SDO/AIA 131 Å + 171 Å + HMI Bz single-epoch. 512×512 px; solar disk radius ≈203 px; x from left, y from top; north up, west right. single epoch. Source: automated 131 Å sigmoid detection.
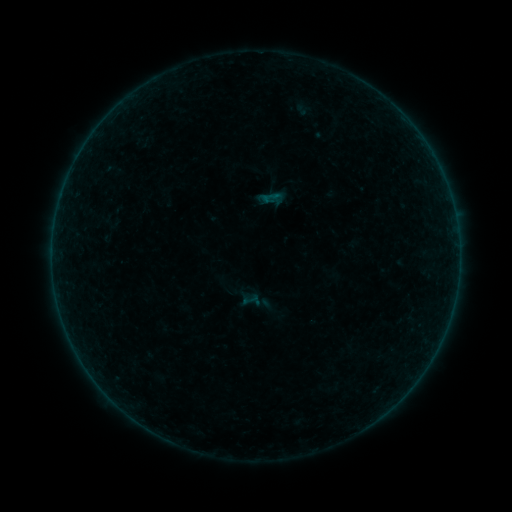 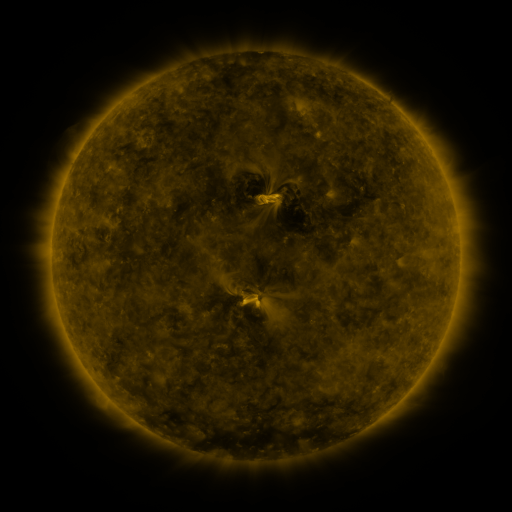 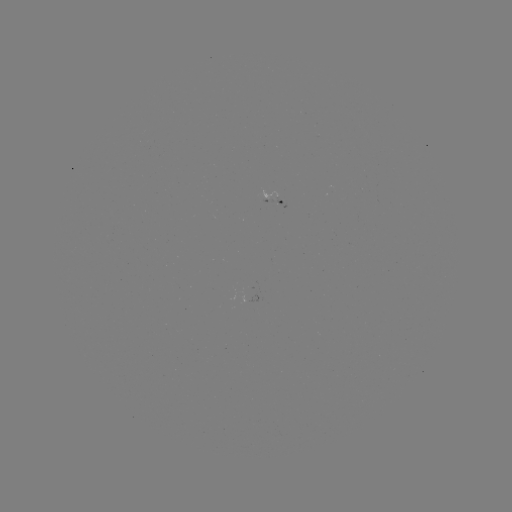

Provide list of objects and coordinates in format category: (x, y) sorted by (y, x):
sigmoid: (271, 197)
sigmoid: (250, 299)
